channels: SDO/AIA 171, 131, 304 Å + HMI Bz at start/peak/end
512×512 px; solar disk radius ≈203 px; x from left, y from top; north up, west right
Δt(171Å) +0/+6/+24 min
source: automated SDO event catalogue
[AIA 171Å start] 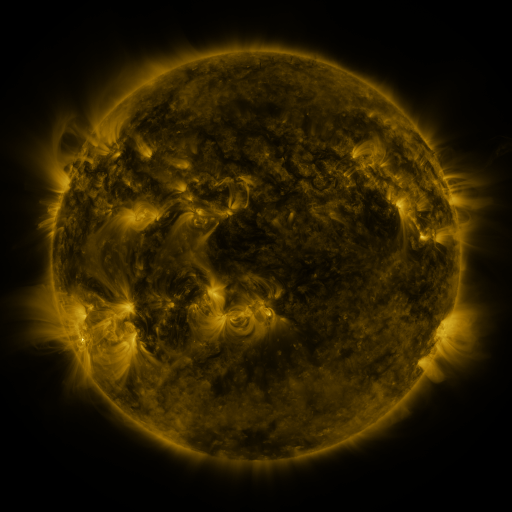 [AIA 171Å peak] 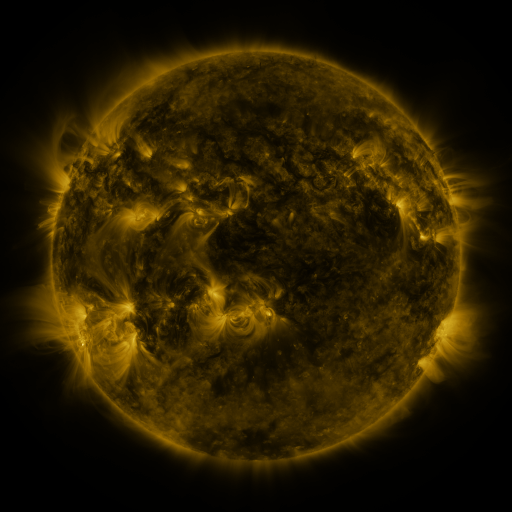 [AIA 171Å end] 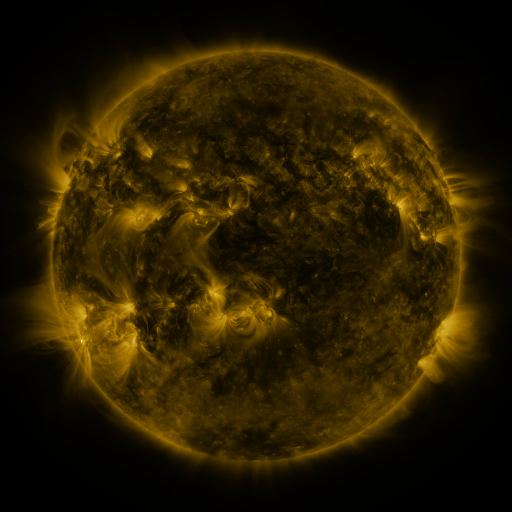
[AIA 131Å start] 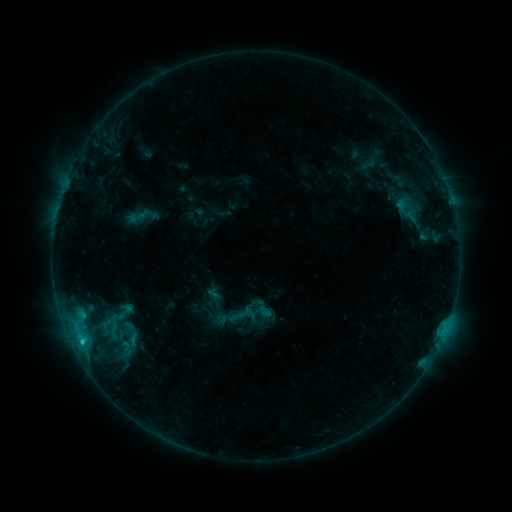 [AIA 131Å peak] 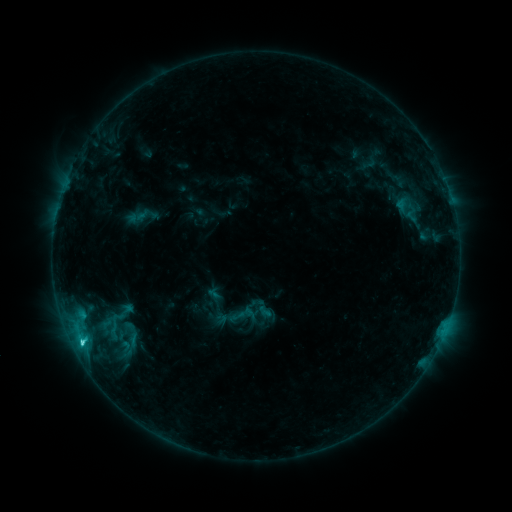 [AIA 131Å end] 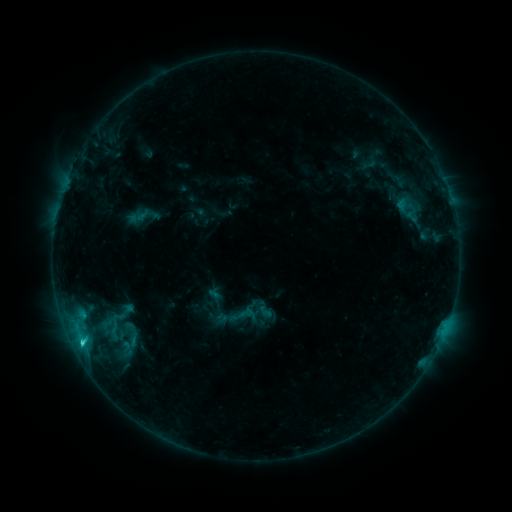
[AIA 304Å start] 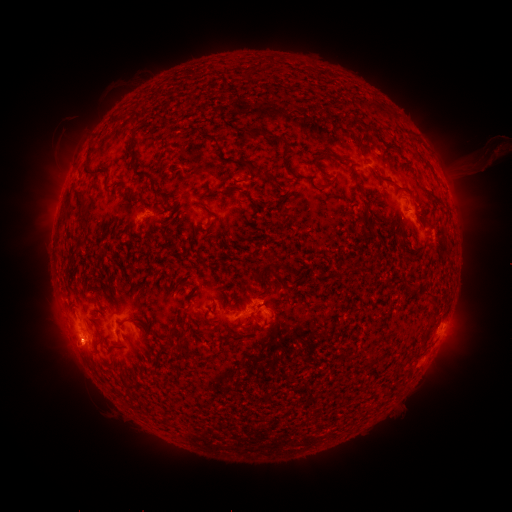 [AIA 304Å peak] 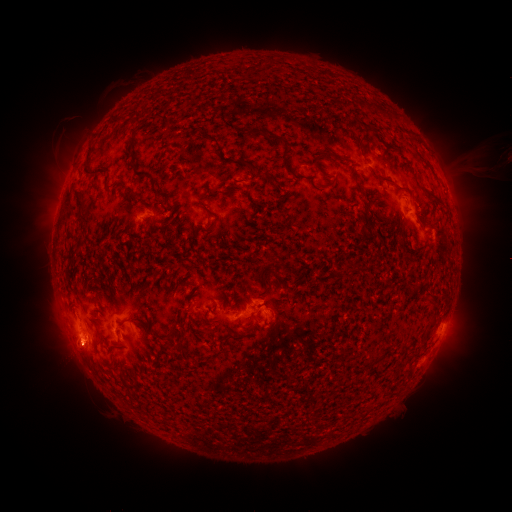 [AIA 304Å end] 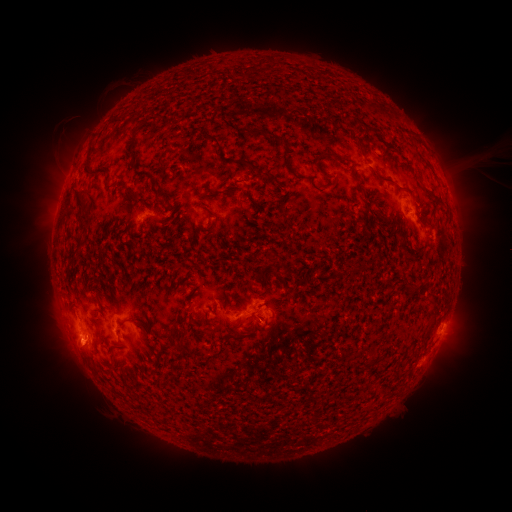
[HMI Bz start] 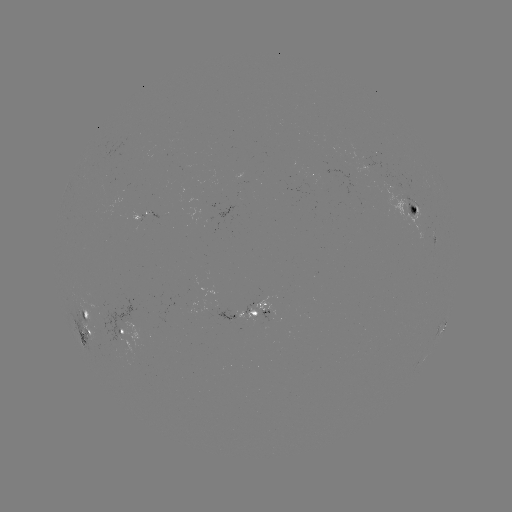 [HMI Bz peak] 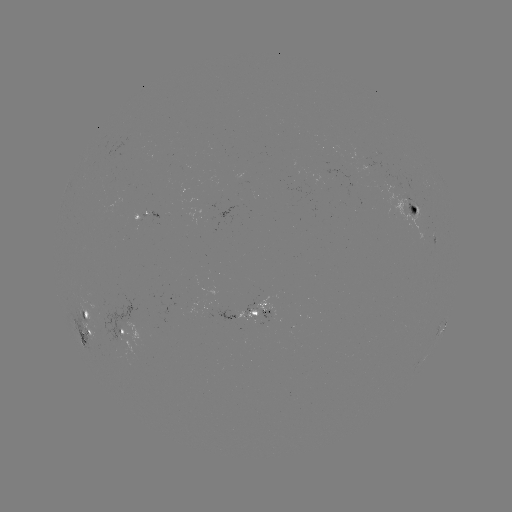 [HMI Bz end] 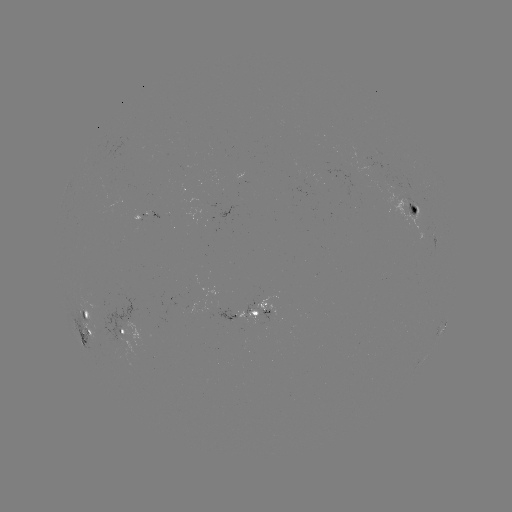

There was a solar flare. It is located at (83, 342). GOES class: C2.8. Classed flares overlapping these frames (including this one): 1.